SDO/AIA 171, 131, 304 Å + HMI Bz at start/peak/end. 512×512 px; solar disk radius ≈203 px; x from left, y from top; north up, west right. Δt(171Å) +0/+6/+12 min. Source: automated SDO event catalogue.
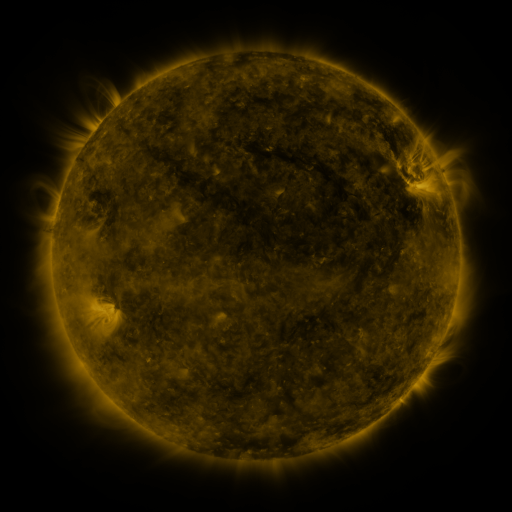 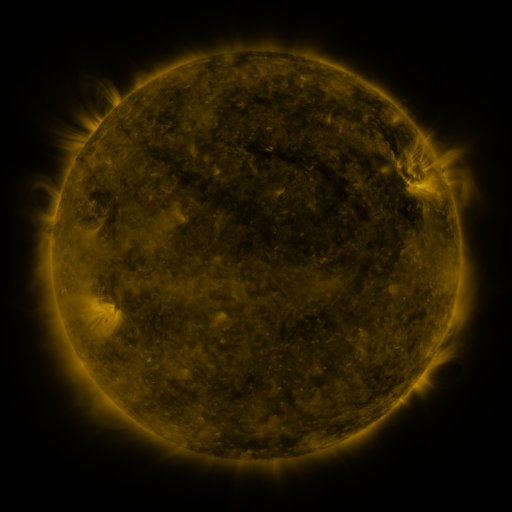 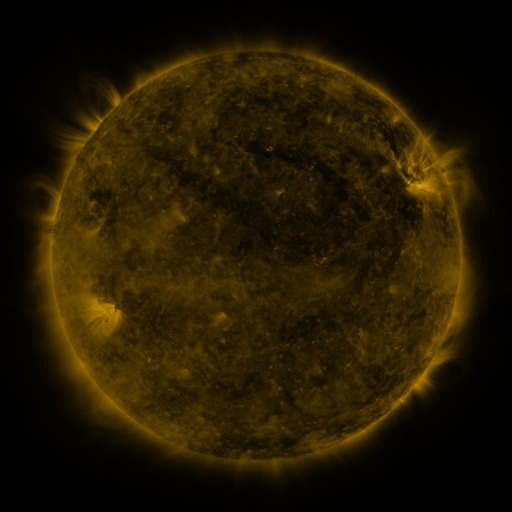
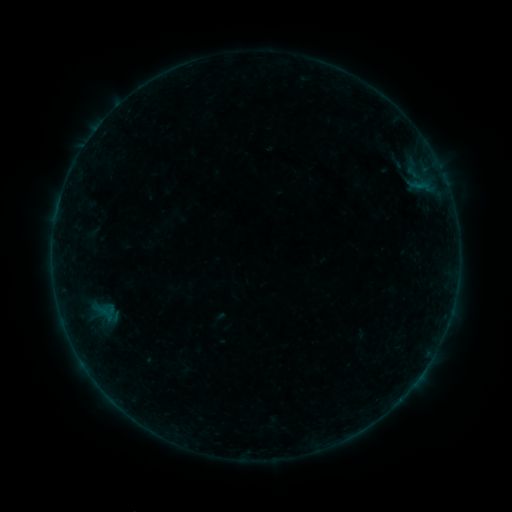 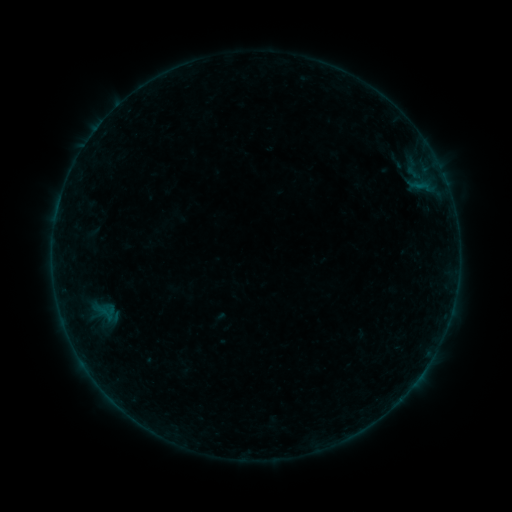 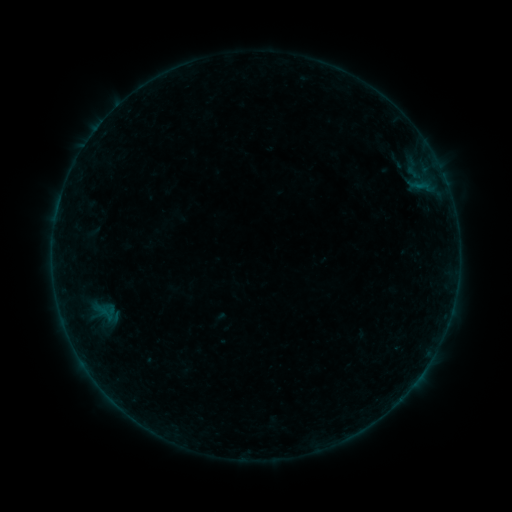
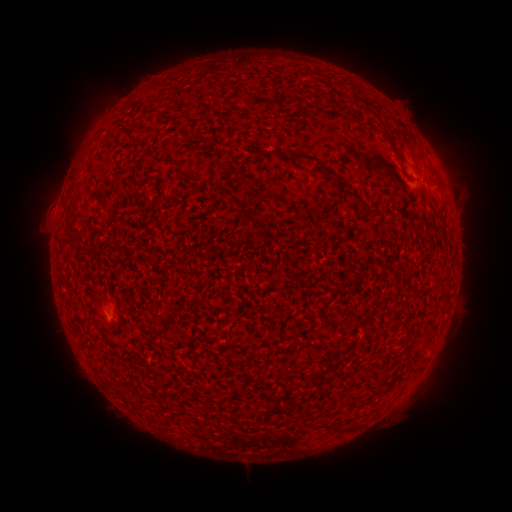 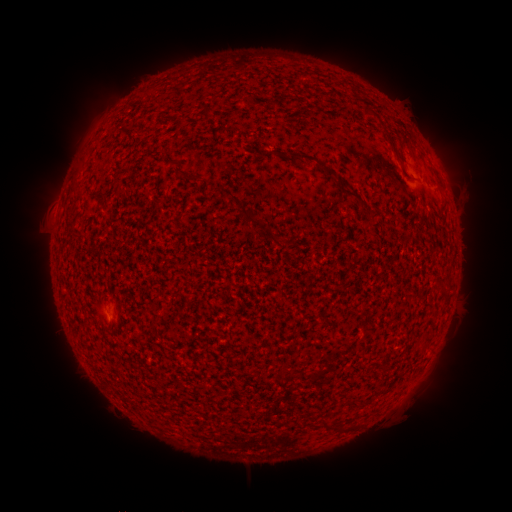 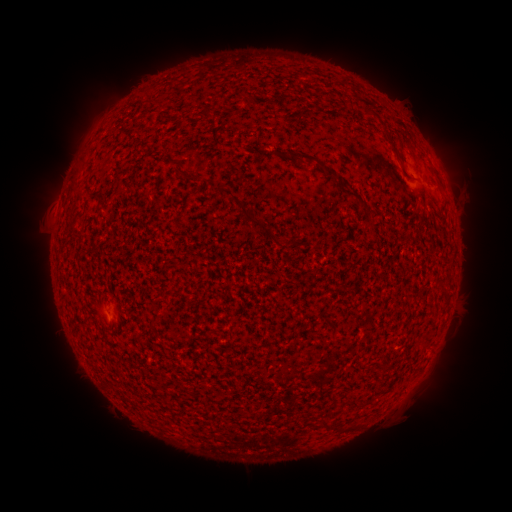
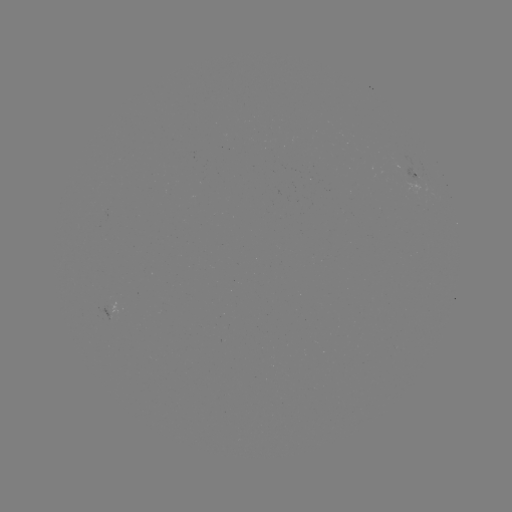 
no catalogued flare and no flagged EUV brightening in this window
